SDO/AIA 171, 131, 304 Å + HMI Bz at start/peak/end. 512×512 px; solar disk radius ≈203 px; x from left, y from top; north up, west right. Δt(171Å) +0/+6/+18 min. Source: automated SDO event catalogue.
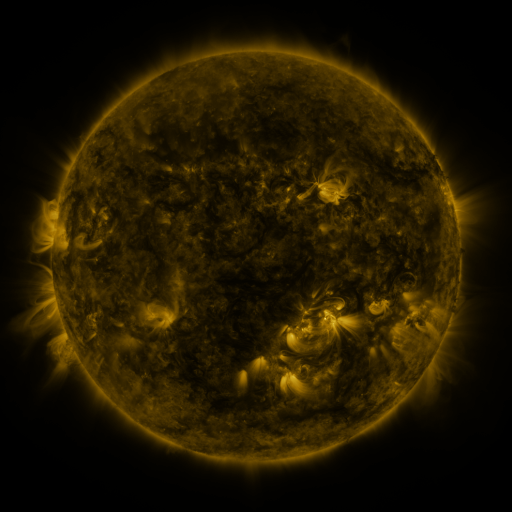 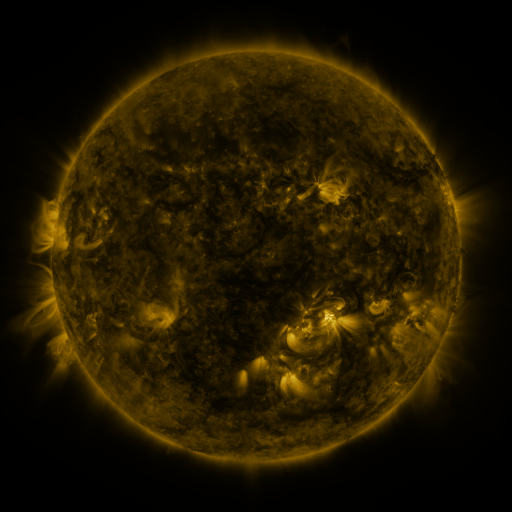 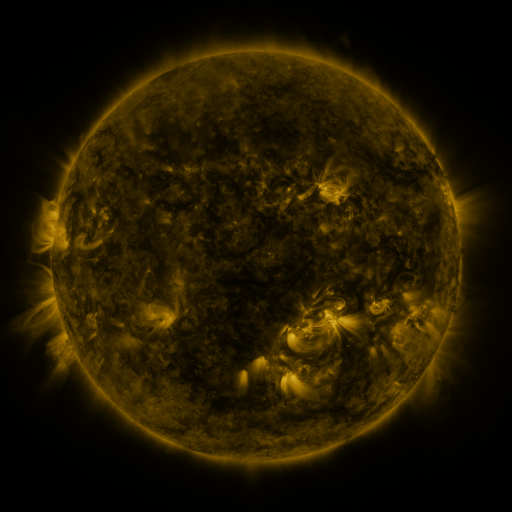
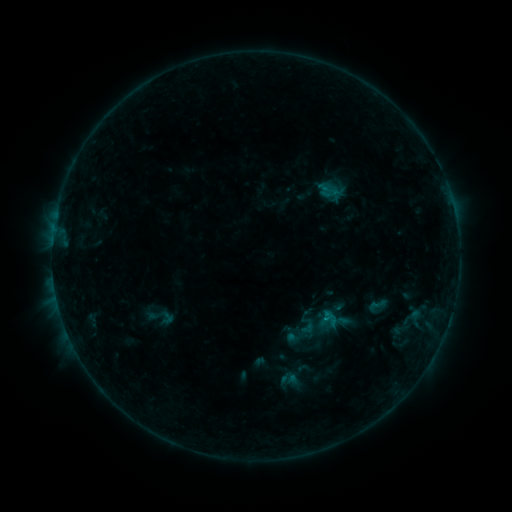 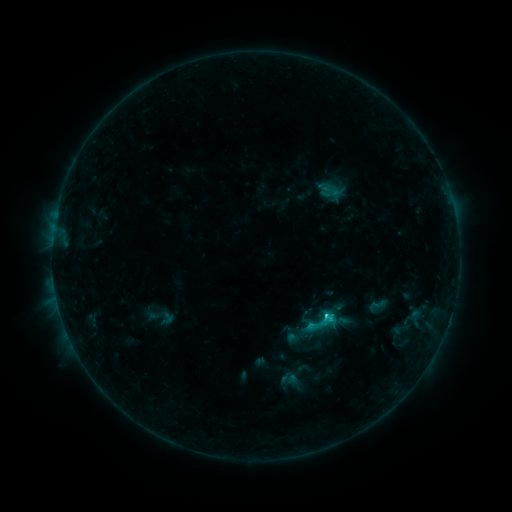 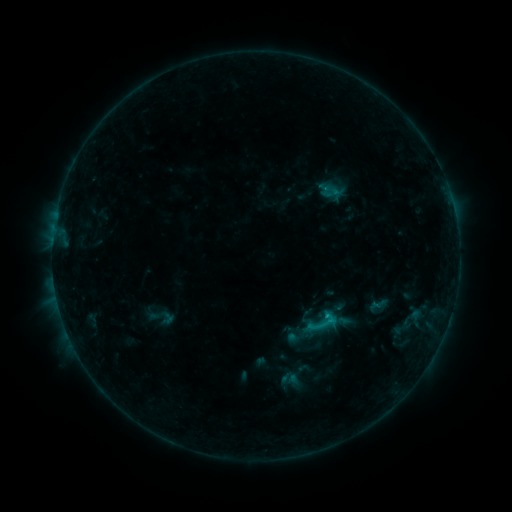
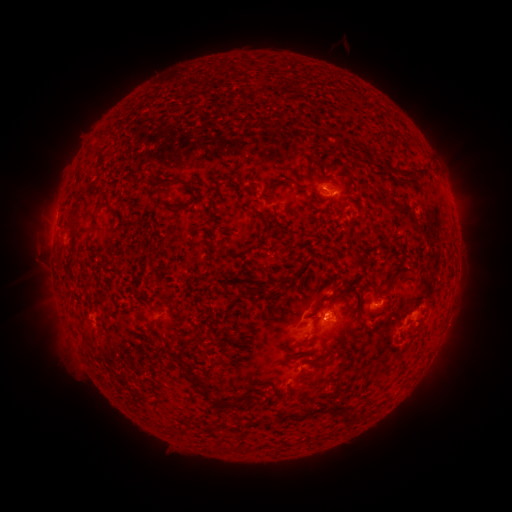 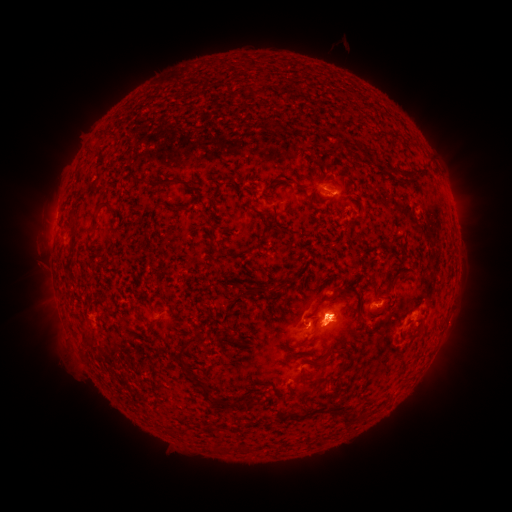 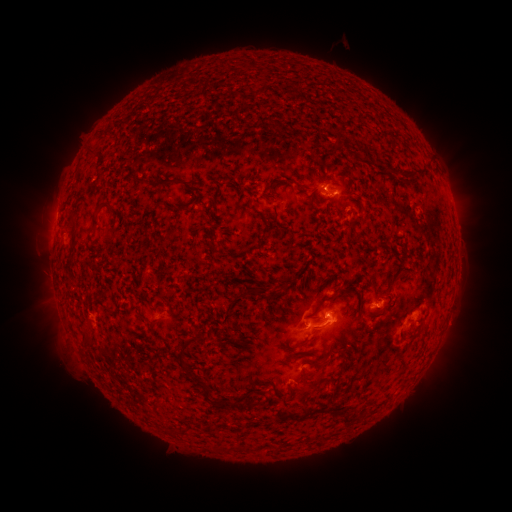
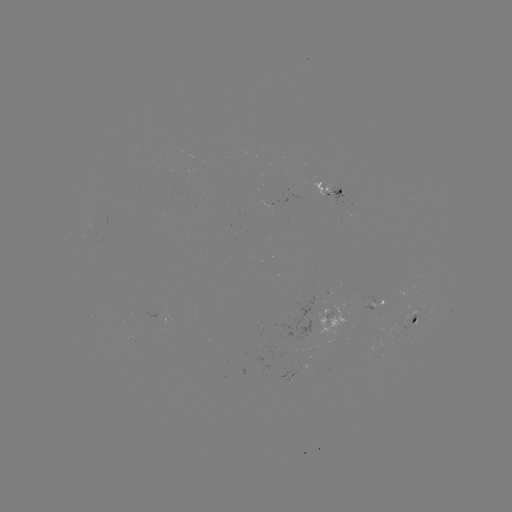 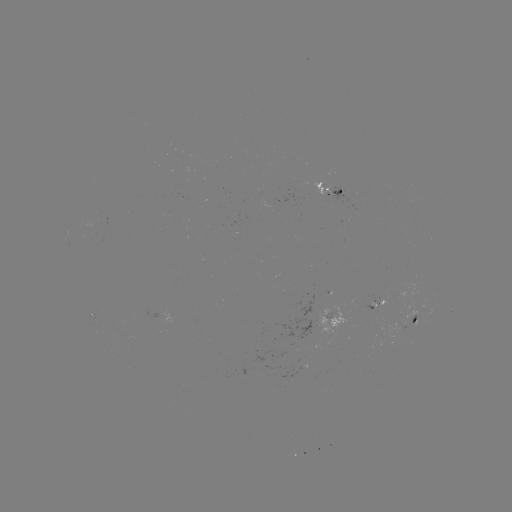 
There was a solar eruption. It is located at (328, 324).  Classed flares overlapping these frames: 1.